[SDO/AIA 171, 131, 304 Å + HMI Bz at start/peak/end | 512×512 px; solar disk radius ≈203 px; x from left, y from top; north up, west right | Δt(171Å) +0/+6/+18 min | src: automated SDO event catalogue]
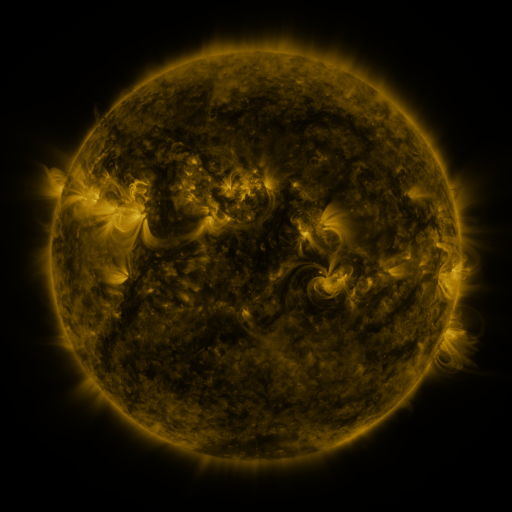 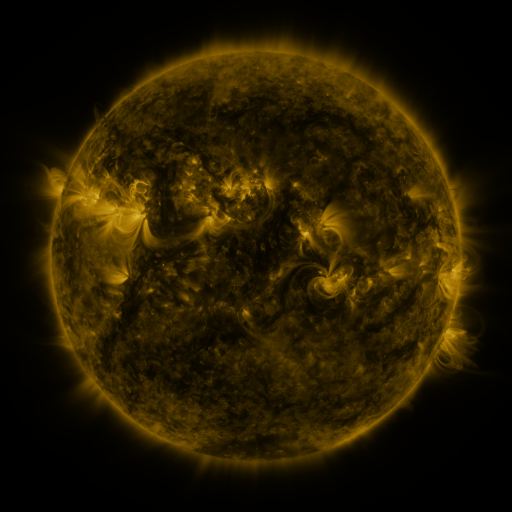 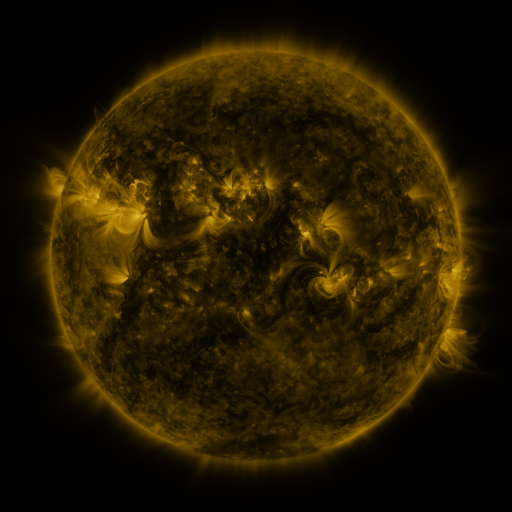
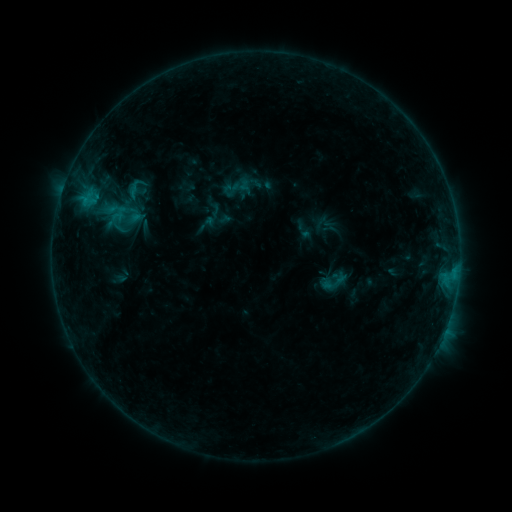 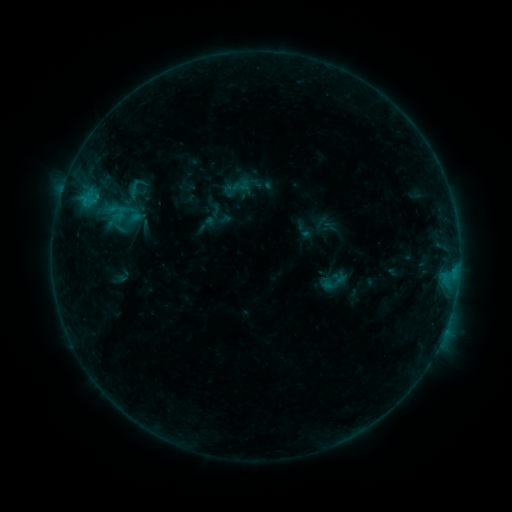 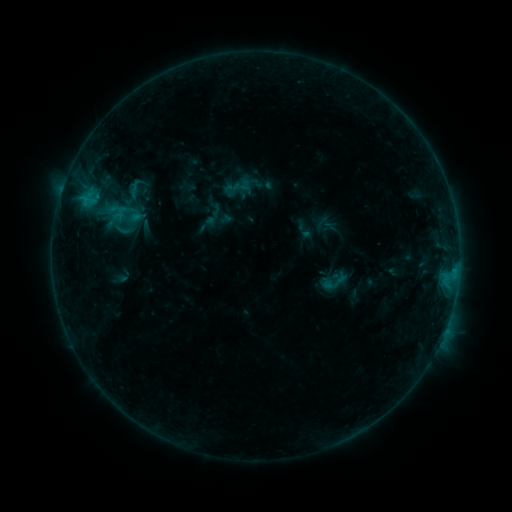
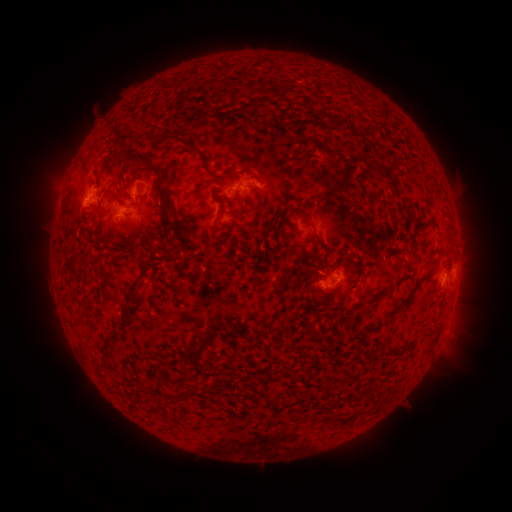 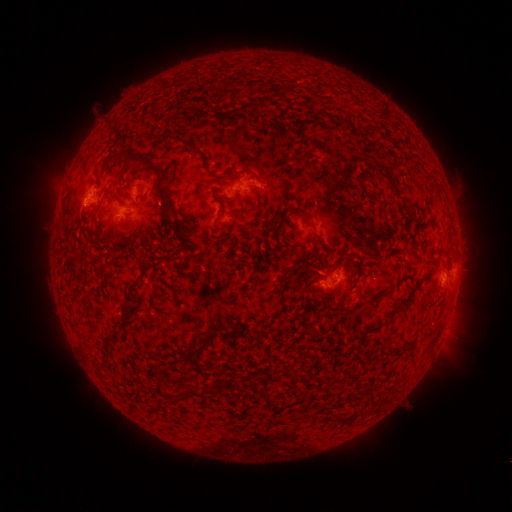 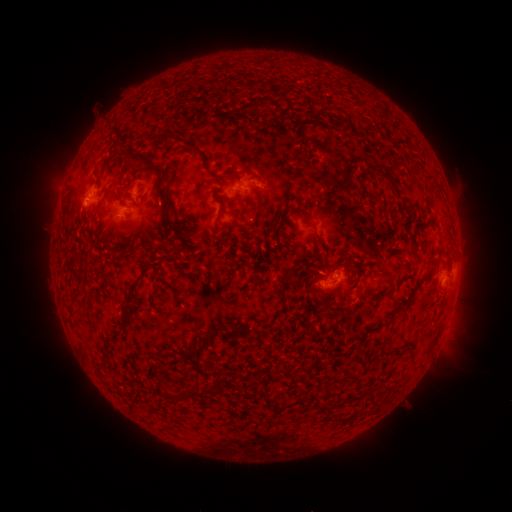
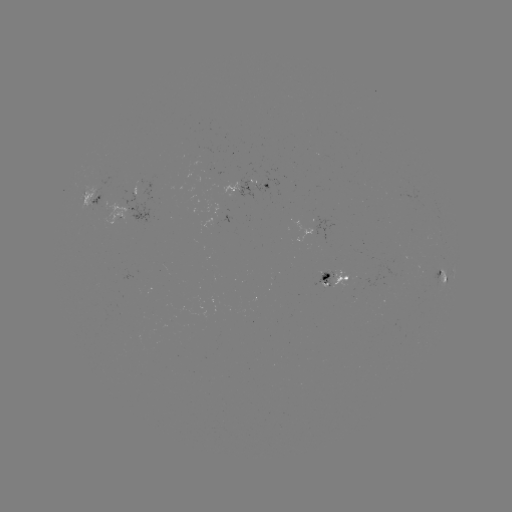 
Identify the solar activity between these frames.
no classed flare was catalogued and no EUV brightening was flagged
